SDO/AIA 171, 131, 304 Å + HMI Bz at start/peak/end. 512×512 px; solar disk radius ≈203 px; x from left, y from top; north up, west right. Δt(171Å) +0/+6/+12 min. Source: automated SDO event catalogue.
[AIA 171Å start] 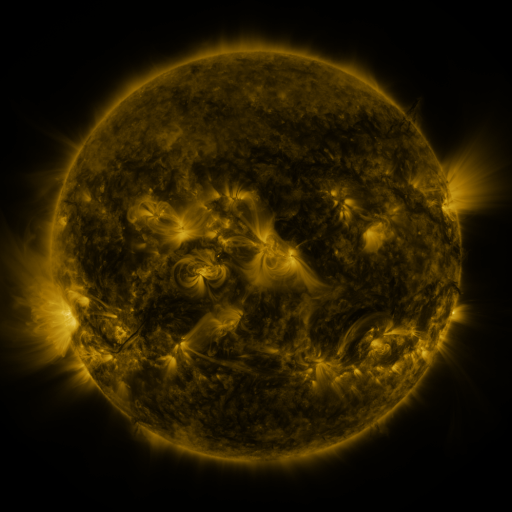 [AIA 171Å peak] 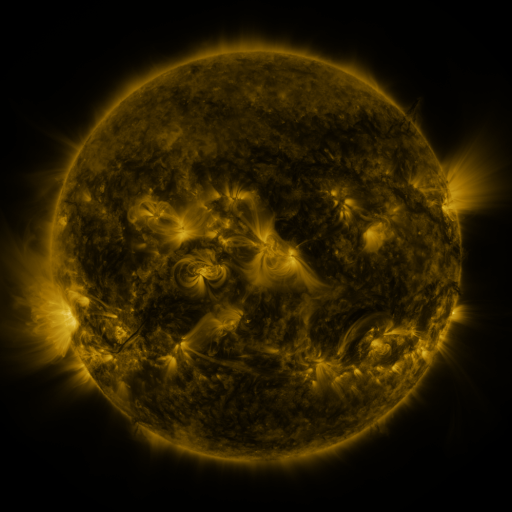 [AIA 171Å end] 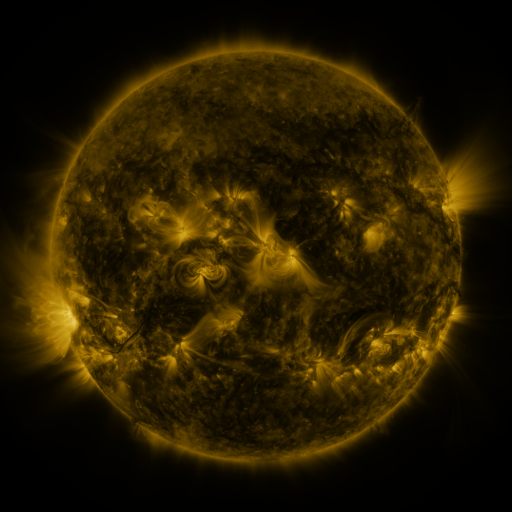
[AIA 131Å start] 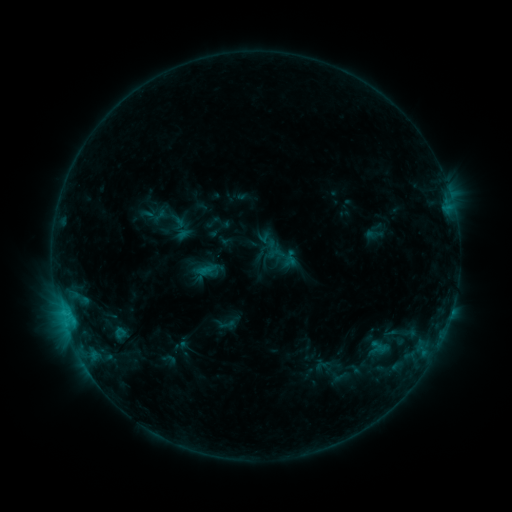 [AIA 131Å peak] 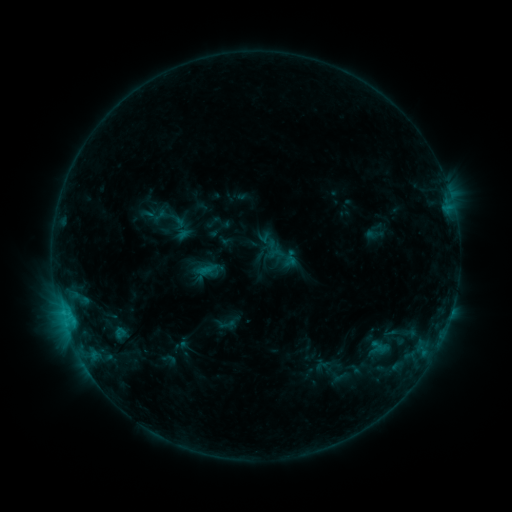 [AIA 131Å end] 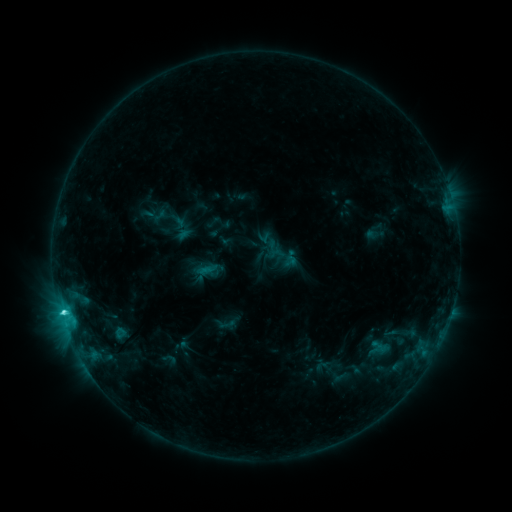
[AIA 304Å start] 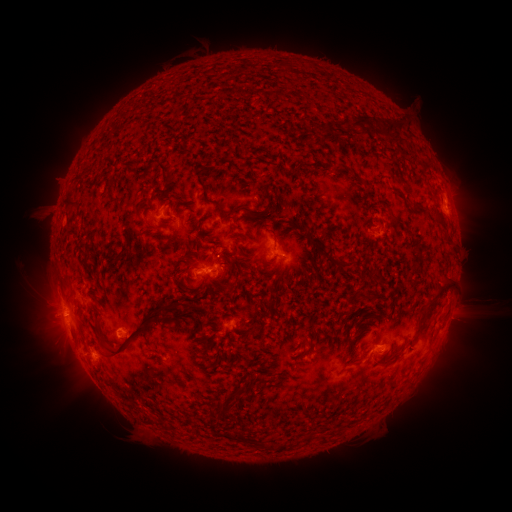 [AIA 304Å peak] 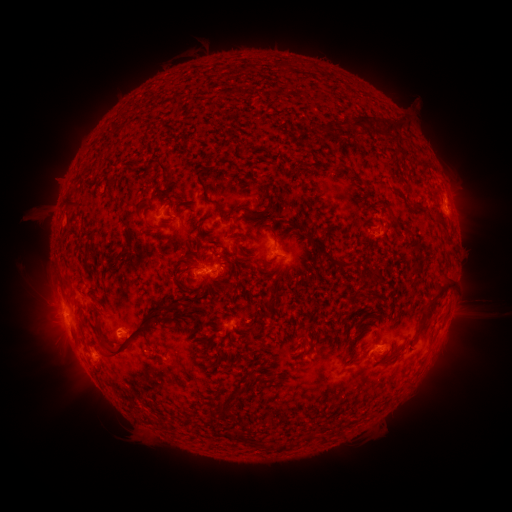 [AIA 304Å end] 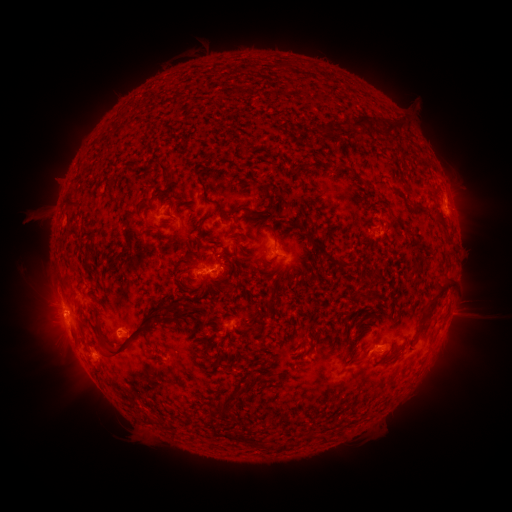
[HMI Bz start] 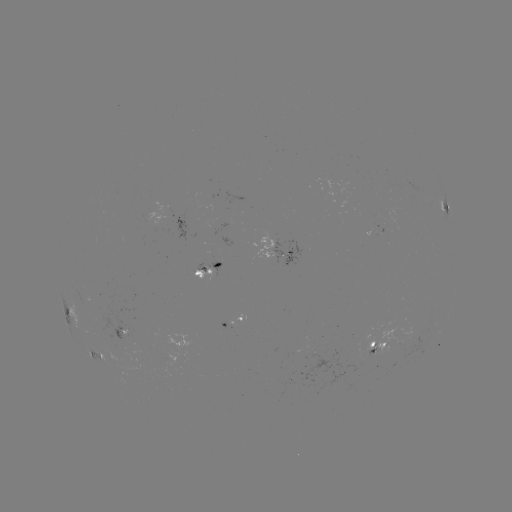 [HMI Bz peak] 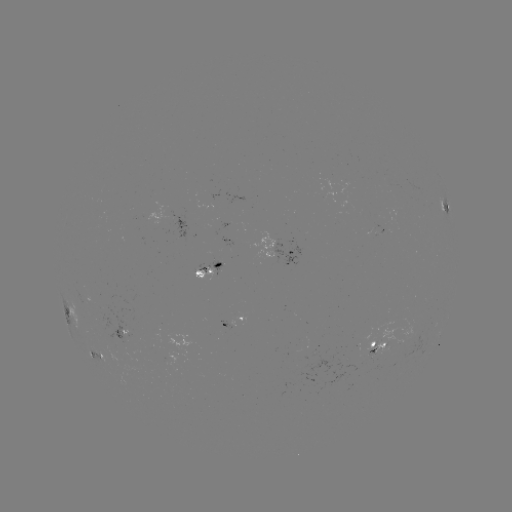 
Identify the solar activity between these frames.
C2.1 flare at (63, 310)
